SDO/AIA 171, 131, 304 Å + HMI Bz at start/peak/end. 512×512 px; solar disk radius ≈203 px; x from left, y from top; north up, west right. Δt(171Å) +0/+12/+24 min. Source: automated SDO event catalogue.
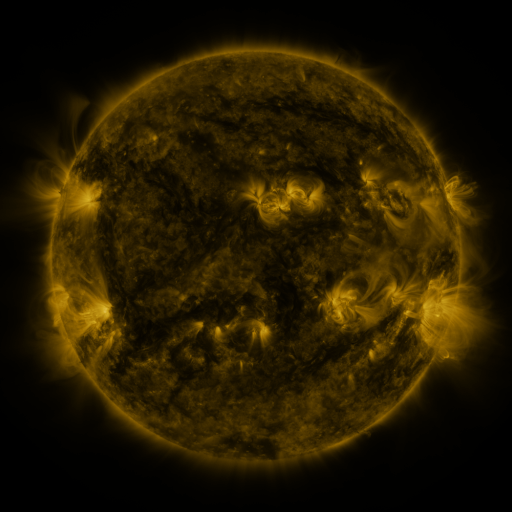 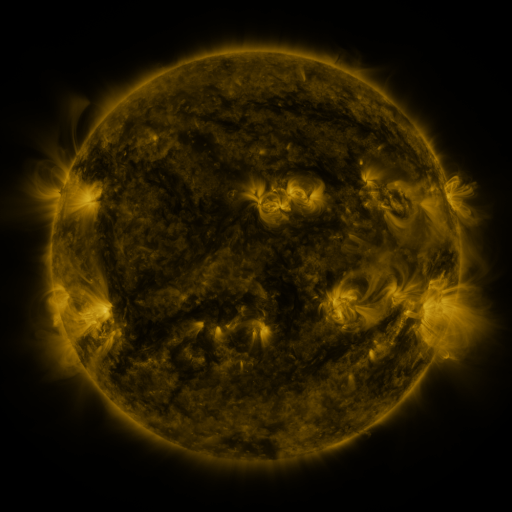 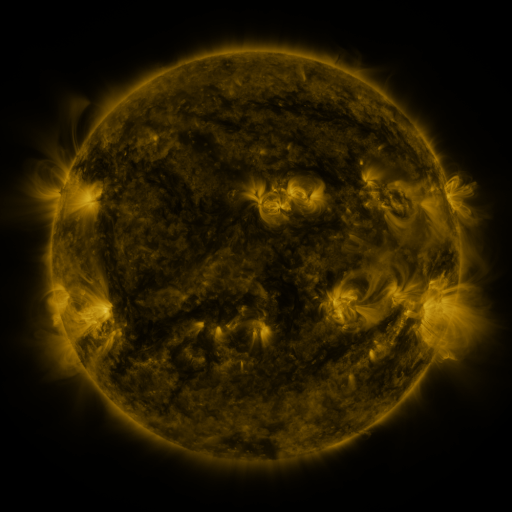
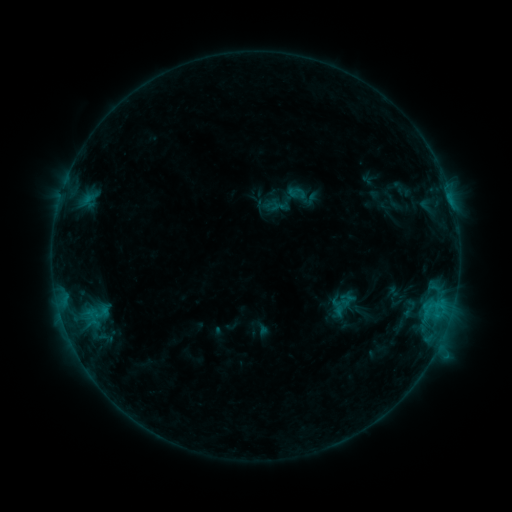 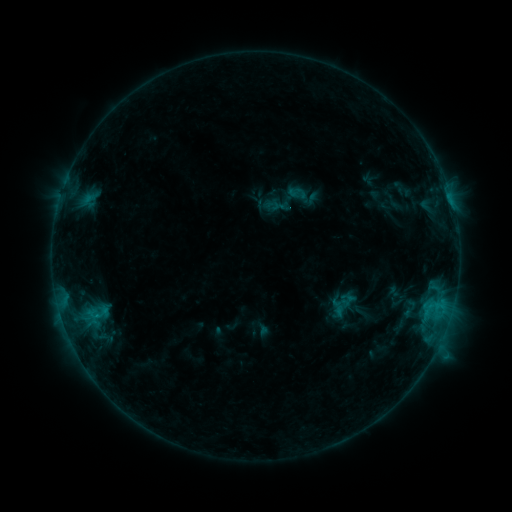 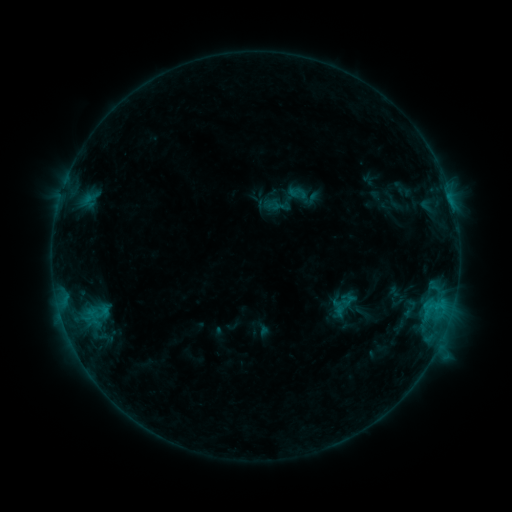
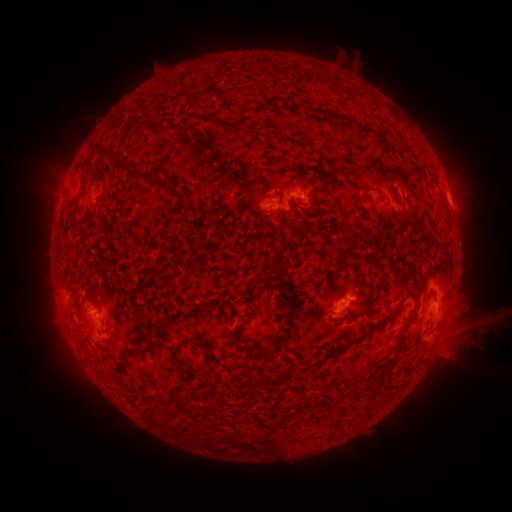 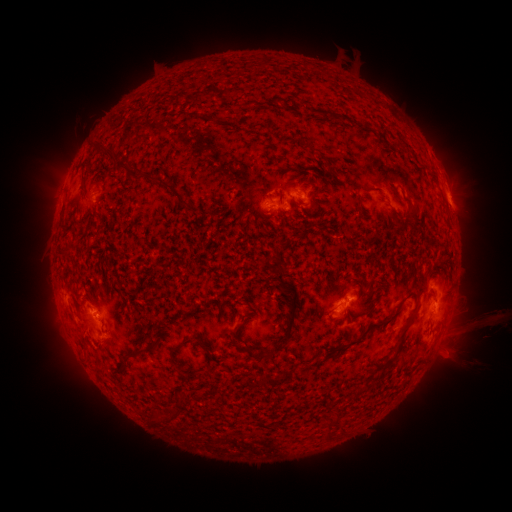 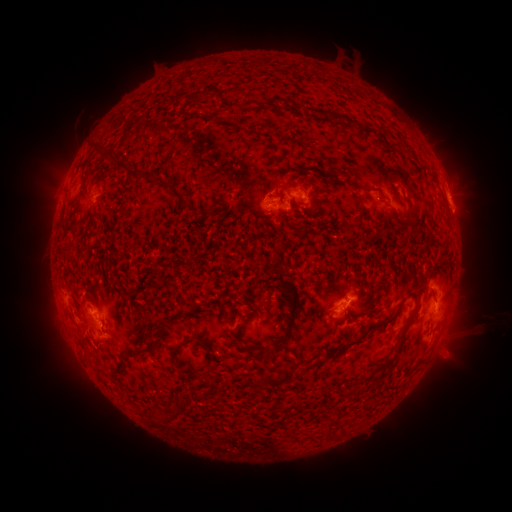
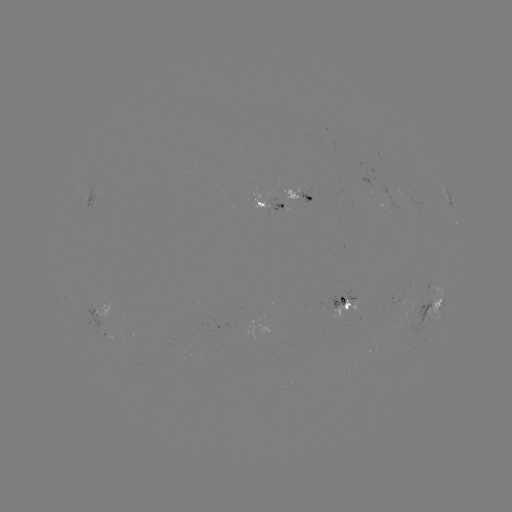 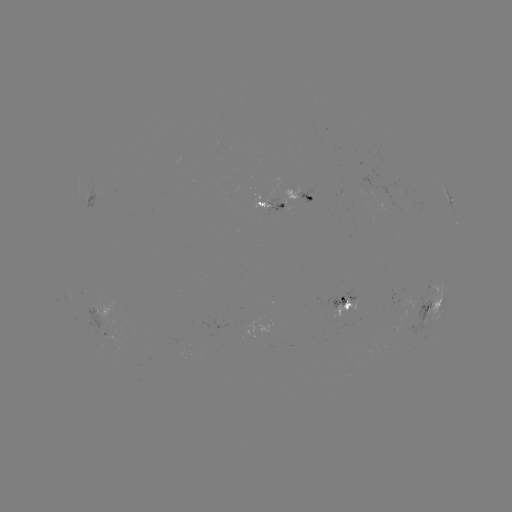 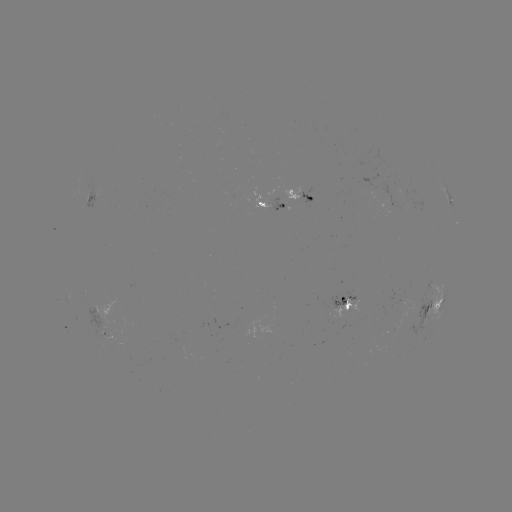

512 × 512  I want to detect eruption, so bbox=[447, 307, 504, 366].